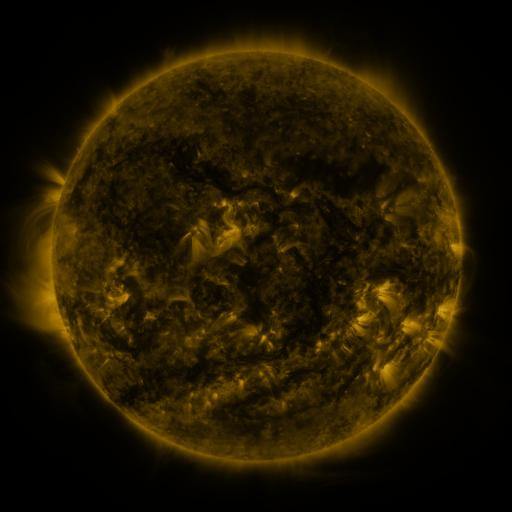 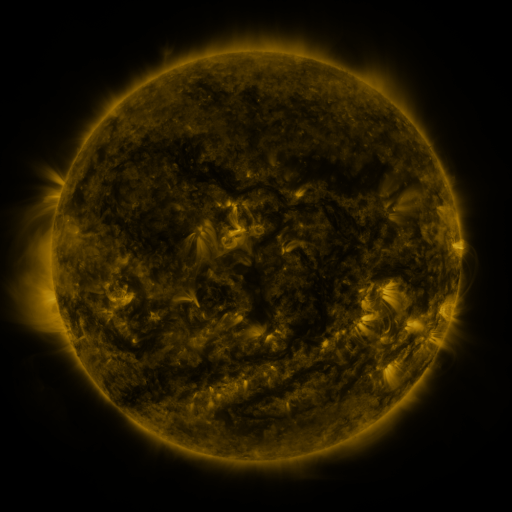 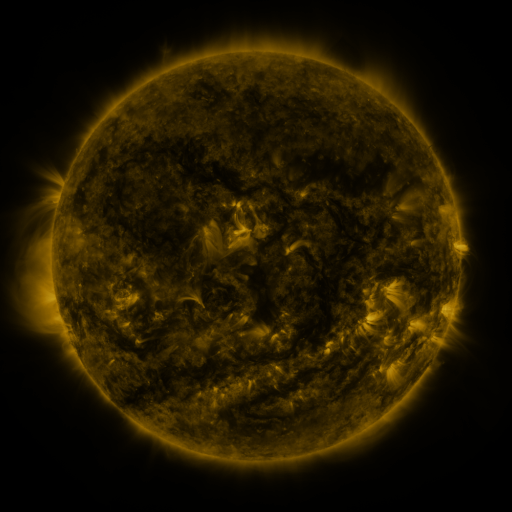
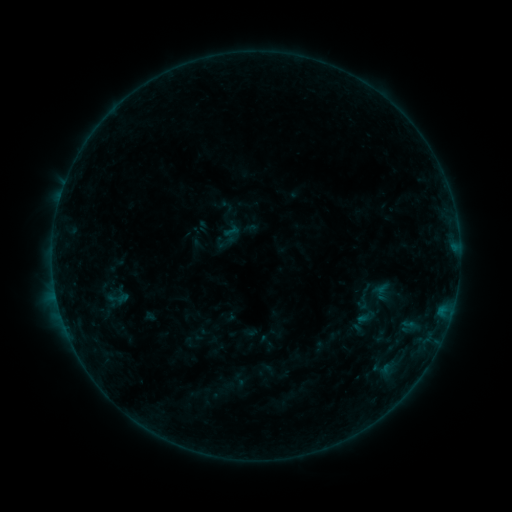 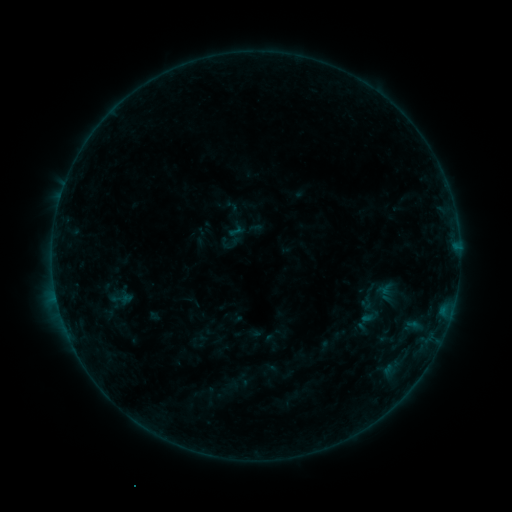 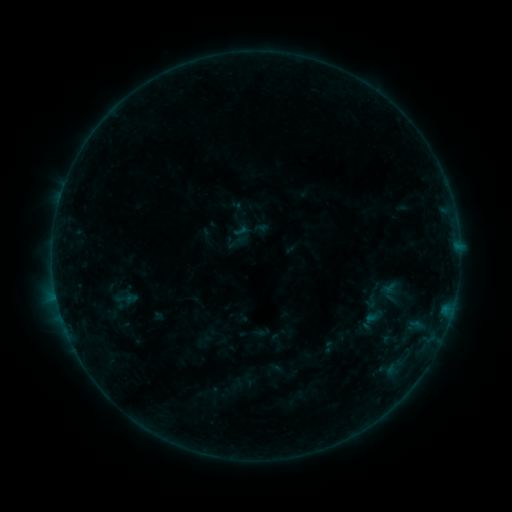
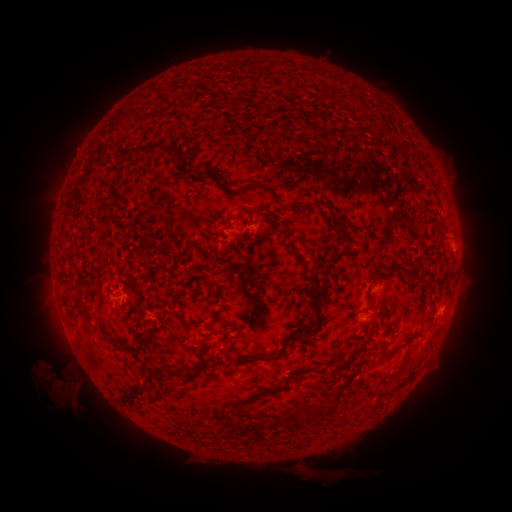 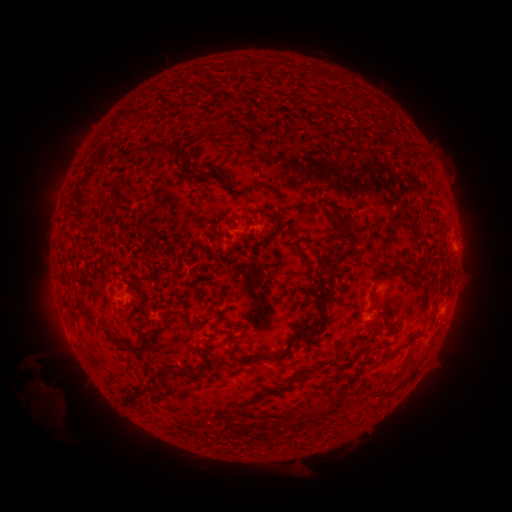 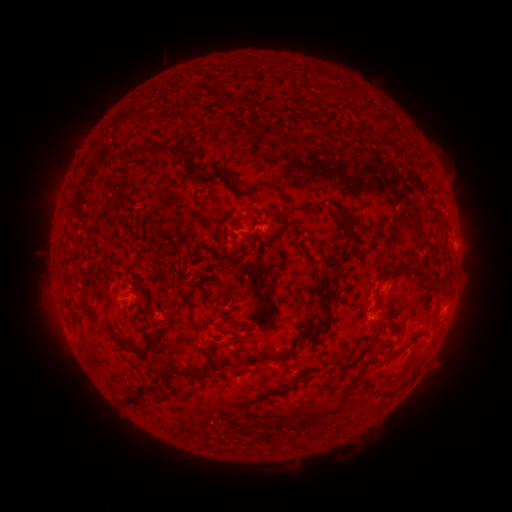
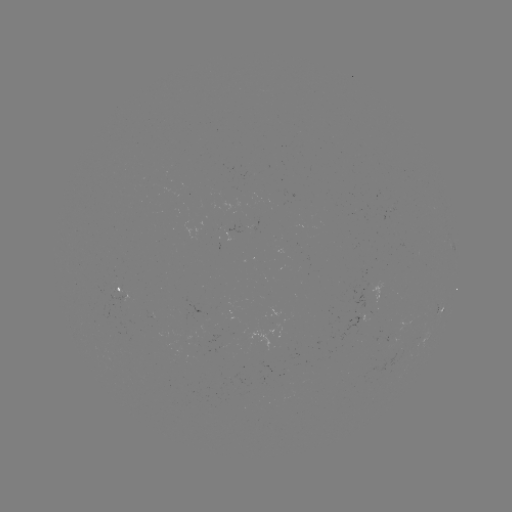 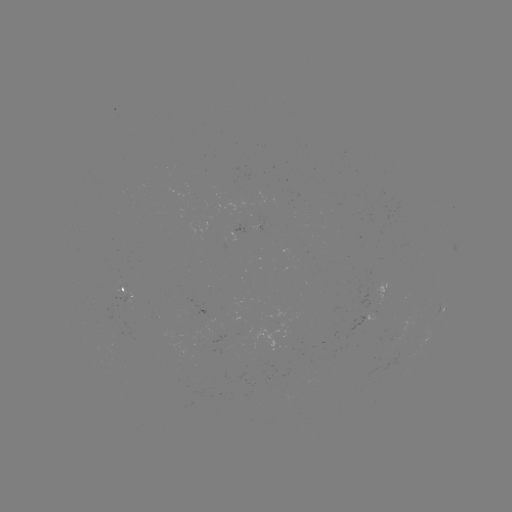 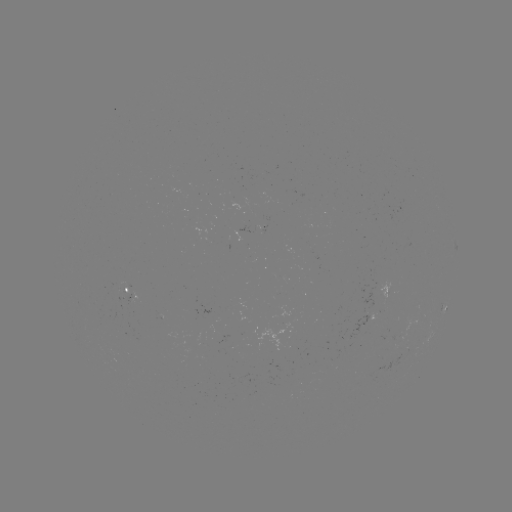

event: filament eruption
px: (62, 420)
